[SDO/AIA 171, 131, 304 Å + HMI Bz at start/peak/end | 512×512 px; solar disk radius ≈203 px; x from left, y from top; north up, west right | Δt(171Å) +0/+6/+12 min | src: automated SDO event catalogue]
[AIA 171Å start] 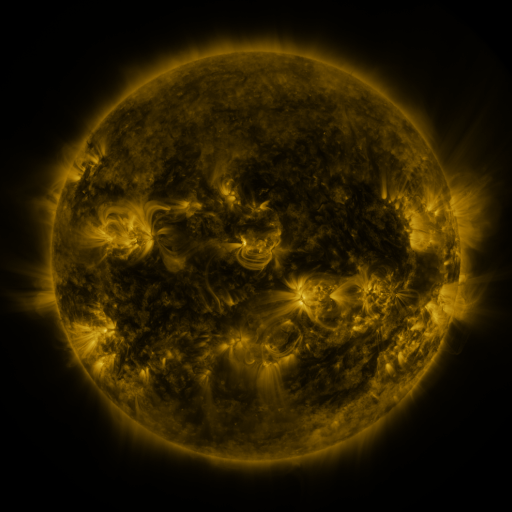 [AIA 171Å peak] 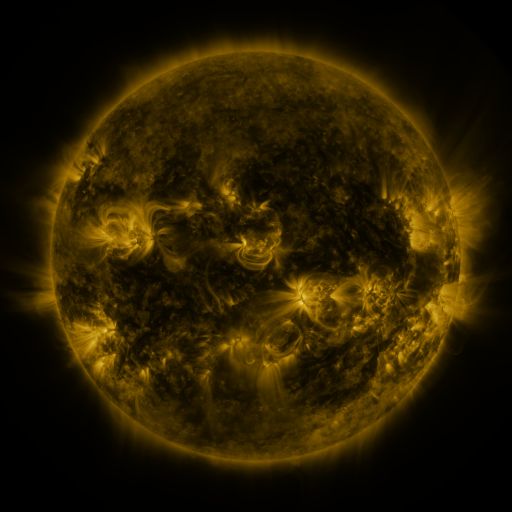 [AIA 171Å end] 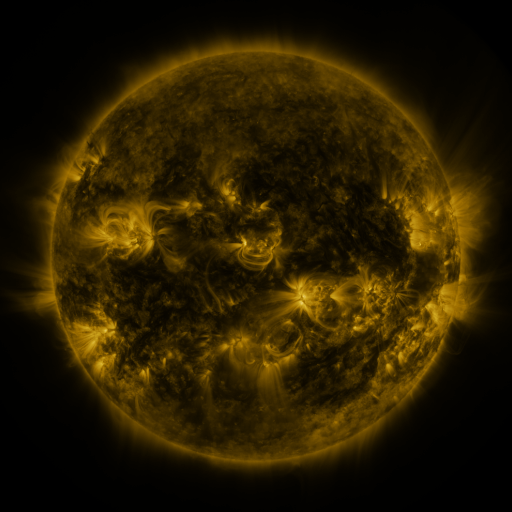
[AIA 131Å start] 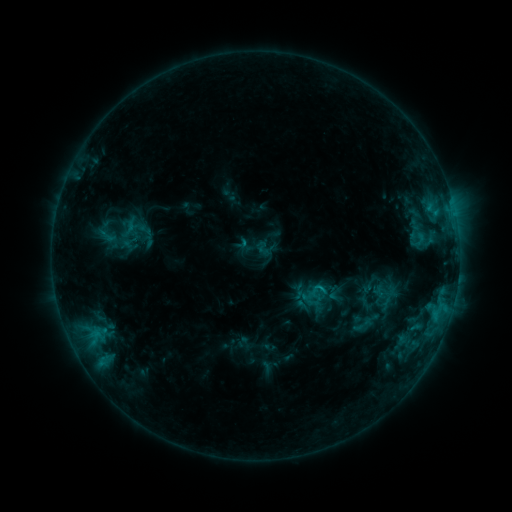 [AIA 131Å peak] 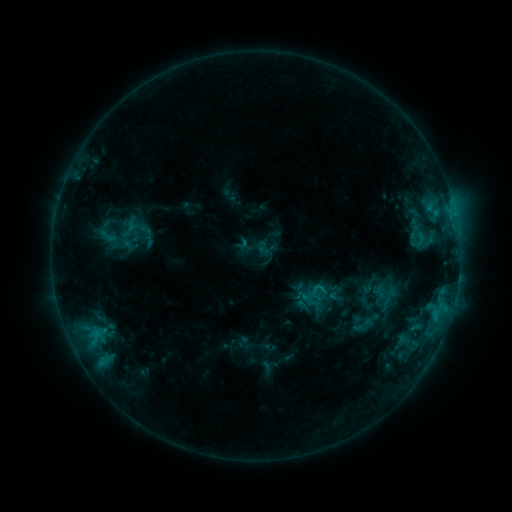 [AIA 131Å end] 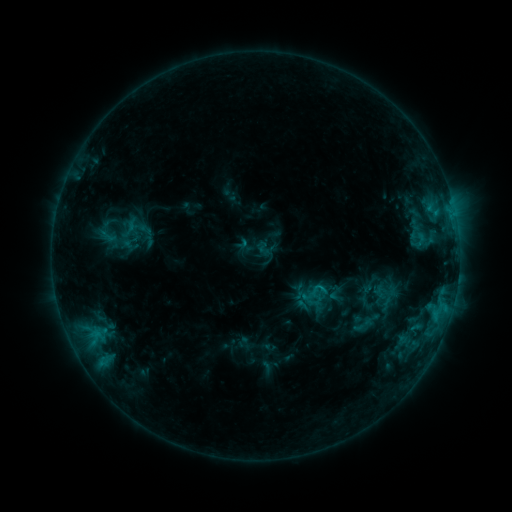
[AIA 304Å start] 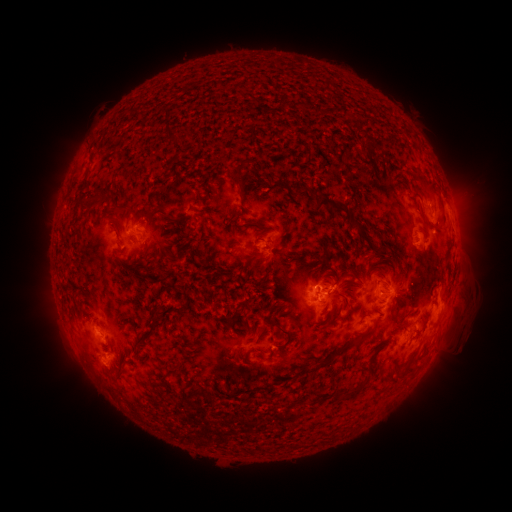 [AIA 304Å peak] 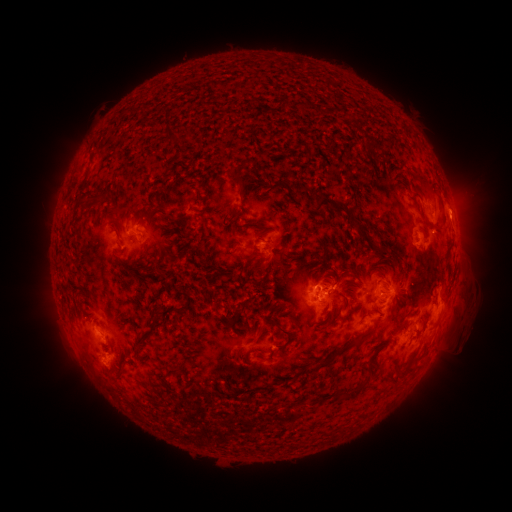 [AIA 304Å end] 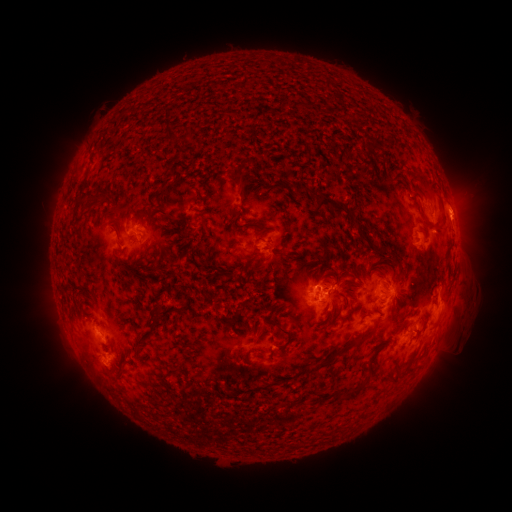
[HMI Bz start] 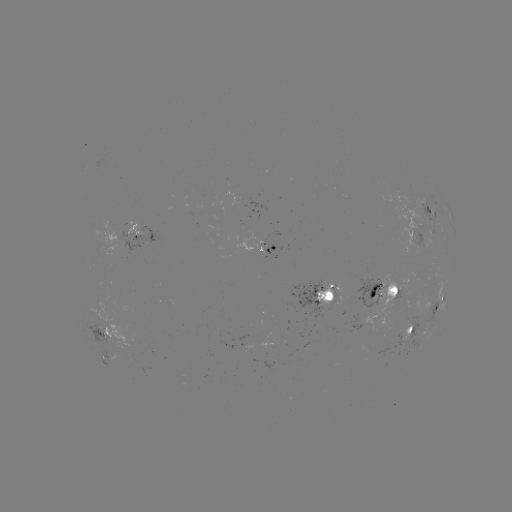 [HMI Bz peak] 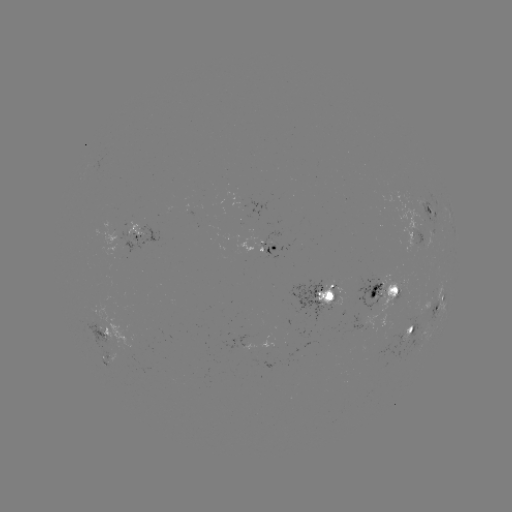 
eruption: [435, 185, 485, 237]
